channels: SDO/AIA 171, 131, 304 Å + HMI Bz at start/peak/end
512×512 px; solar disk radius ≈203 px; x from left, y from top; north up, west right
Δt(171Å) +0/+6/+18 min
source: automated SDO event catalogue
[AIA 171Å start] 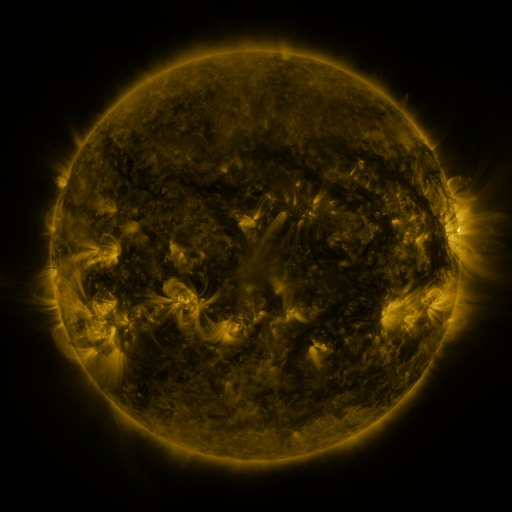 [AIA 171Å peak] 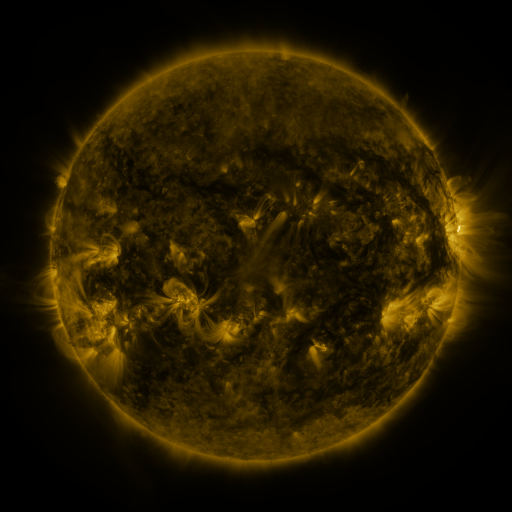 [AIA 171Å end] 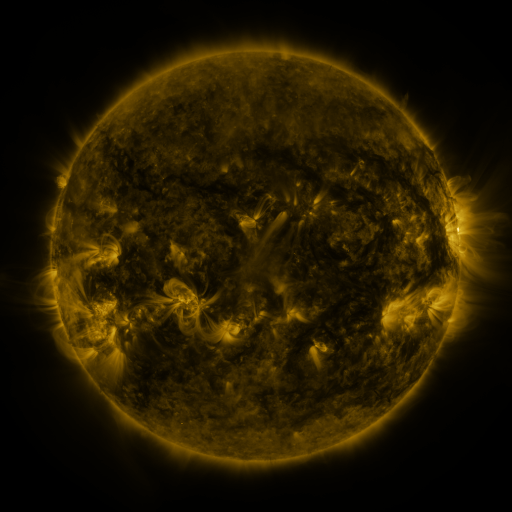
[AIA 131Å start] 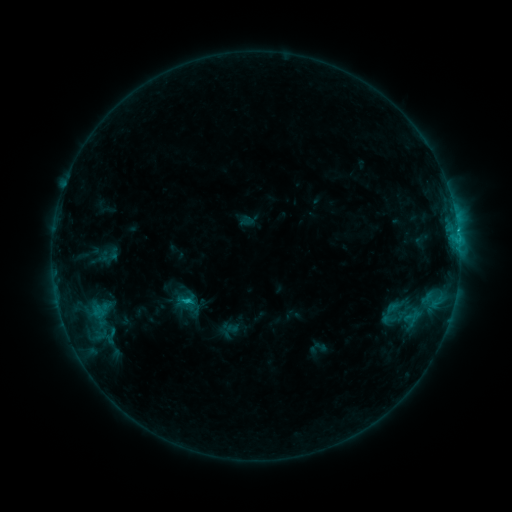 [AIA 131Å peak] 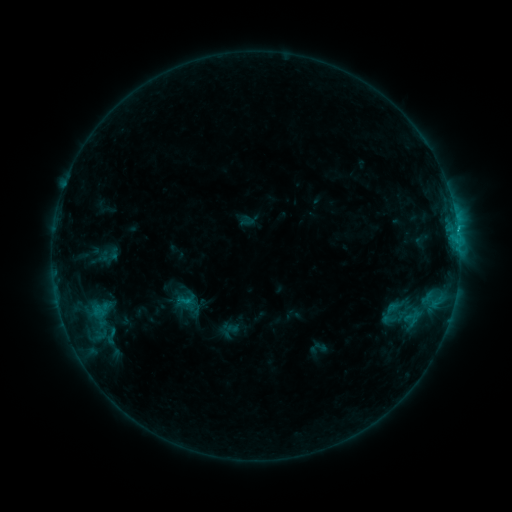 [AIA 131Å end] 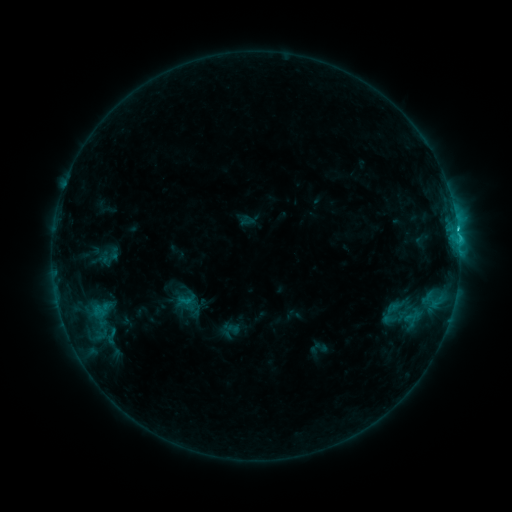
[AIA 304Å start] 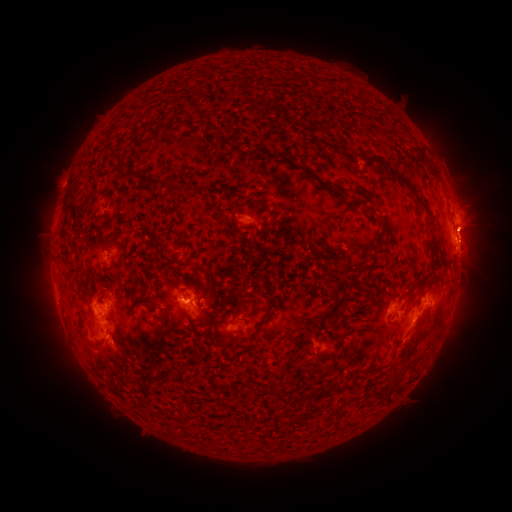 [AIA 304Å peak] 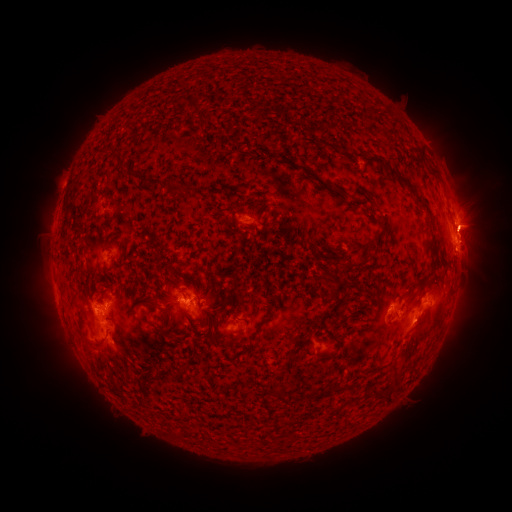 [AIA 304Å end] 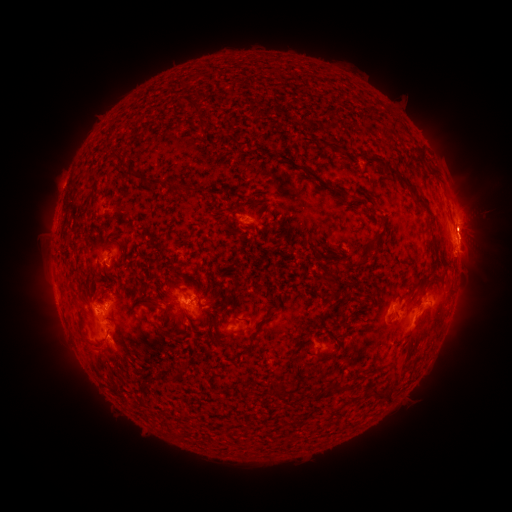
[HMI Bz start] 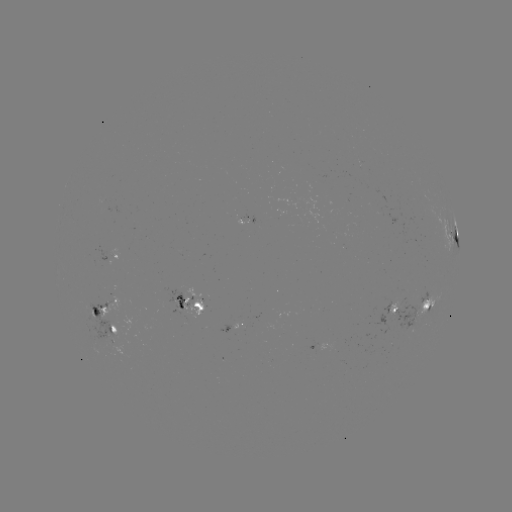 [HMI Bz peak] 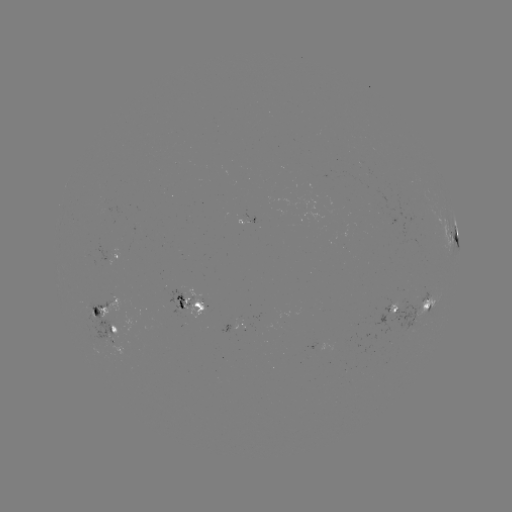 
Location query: eruption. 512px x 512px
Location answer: [472, 227].